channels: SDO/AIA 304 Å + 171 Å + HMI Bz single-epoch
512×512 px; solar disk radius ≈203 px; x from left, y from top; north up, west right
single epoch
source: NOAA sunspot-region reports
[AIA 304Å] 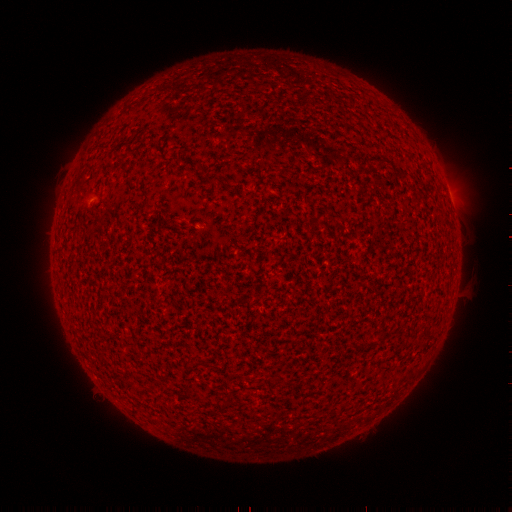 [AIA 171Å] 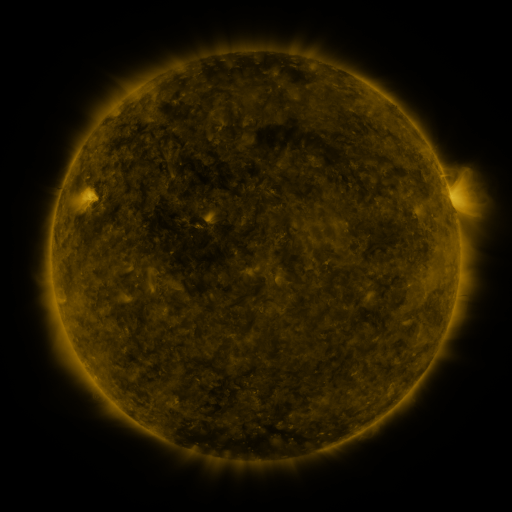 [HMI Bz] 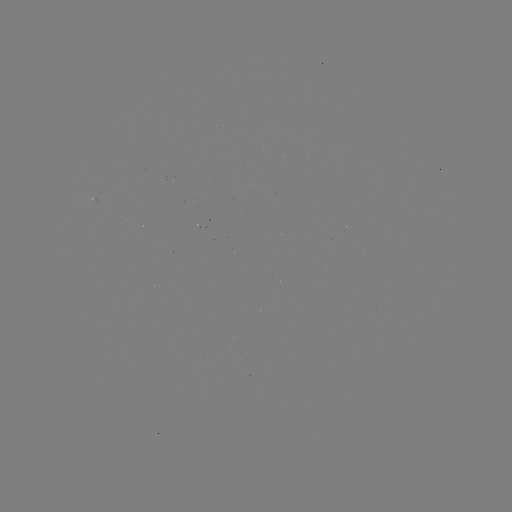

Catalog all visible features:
(none)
